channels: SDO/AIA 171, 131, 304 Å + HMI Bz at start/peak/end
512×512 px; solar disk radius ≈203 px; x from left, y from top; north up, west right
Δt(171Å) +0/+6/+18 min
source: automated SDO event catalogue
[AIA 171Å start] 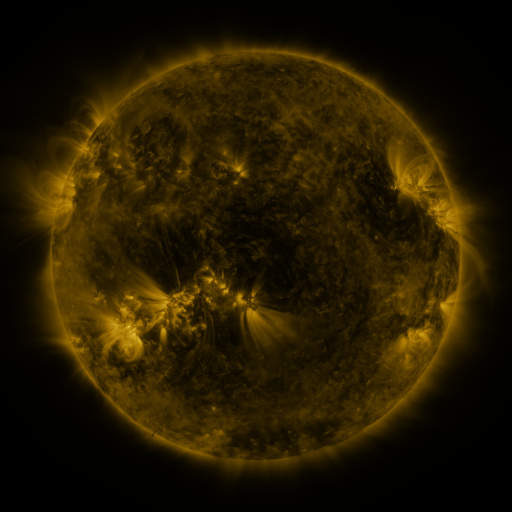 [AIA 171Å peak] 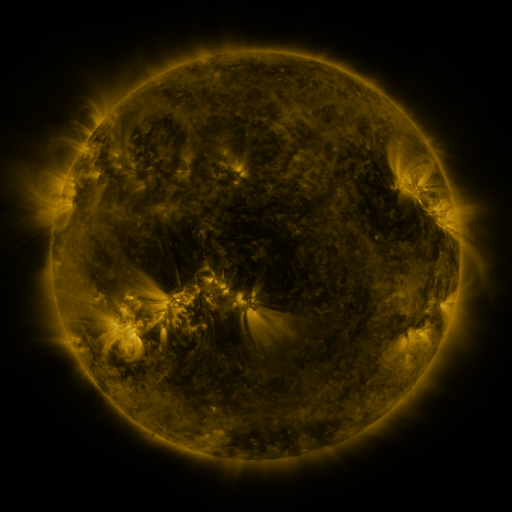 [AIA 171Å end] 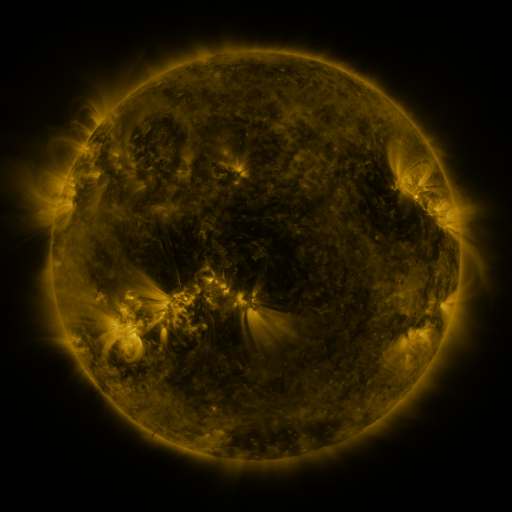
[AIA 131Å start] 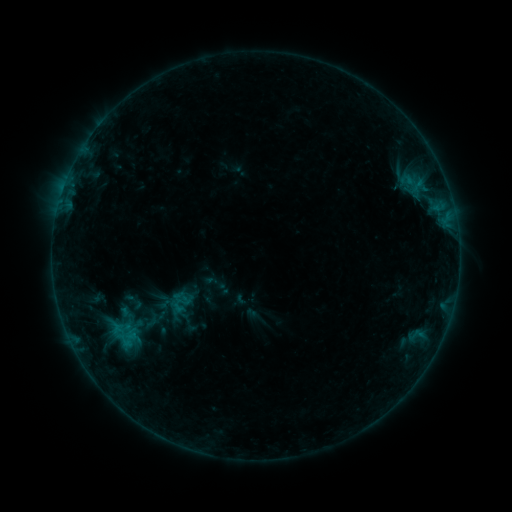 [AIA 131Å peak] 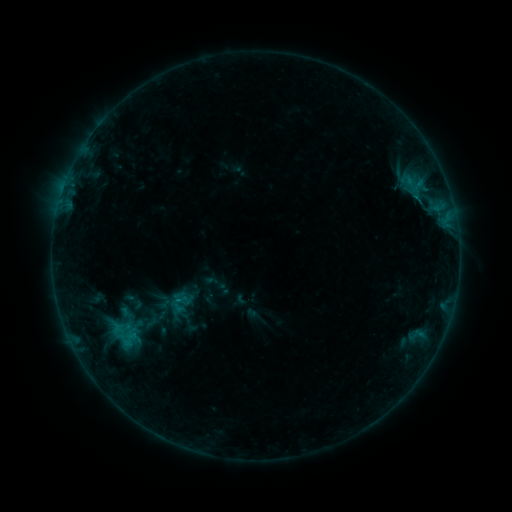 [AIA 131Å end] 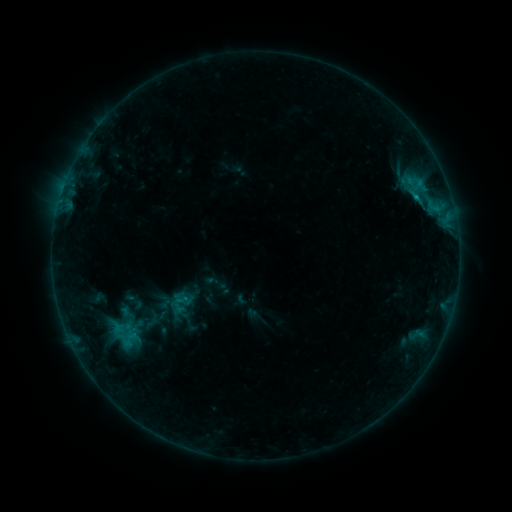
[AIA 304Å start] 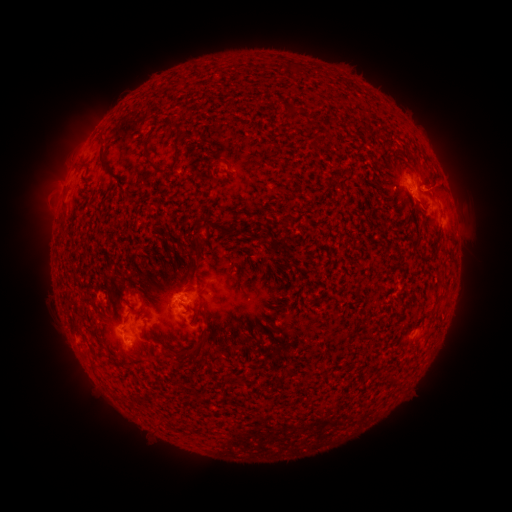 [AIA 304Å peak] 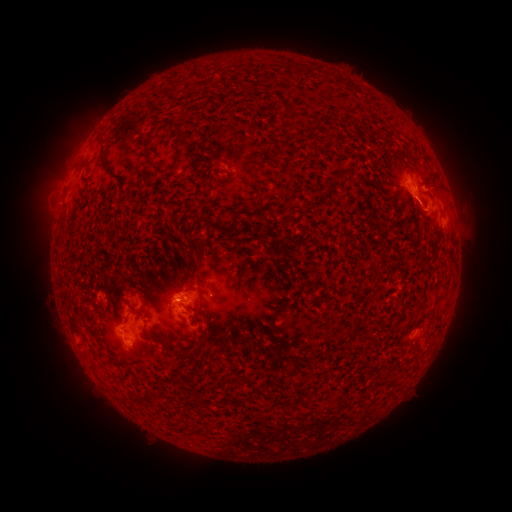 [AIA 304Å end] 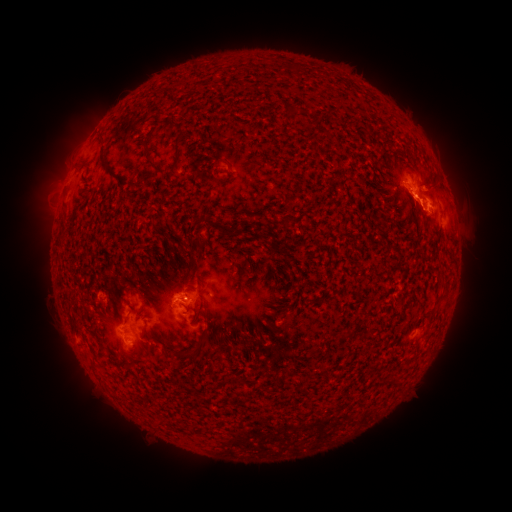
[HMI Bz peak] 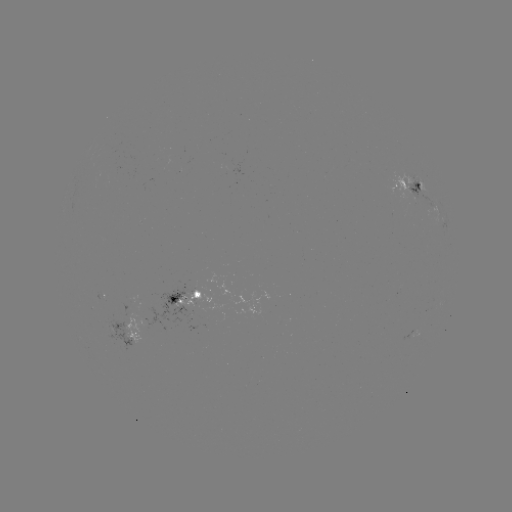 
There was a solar flare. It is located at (414, 200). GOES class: B8.1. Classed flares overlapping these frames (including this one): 1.